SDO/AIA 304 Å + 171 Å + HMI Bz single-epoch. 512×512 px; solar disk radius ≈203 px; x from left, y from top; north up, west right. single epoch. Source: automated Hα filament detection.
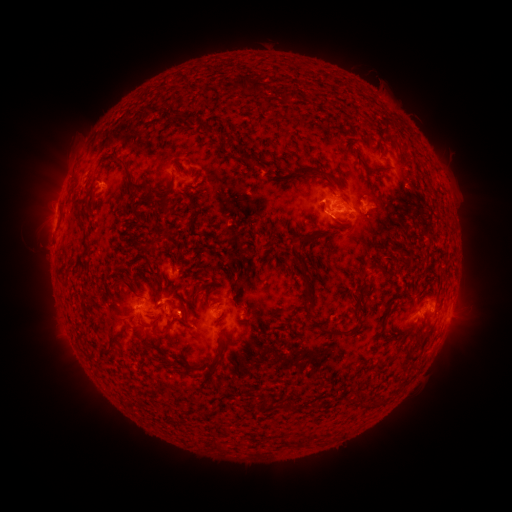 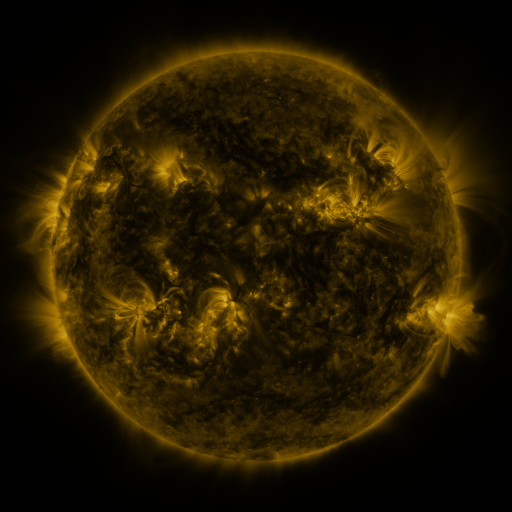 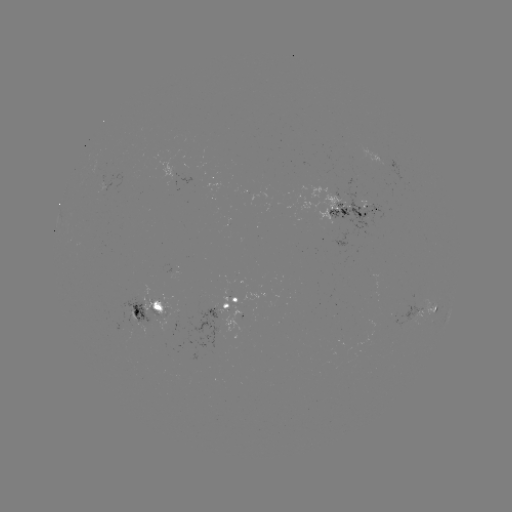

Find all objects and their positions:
filament: [232, 75, 261, 96]
filament: [283, 90, 297, 100]
filament: [175, 112, 194, 125]
filament: [380, 116, 387, 126]
filament: [197, 119, 206, 129]
filament: [235, 156, 255, 169]
filament: [358, 157, 371, 170]
filament: [114, 159, 148, 195]
filament: [296, 164, 324, 177]
filament: [374, 164, 389, 170]
filament: [157, 177, 175, 215]
filament: [181, 194, 199, 211]
filament: [129, 205, 143, 223]
filament: [187, 215, 196, 232]
filament: [315, 227, 327, 234]
filament: [298, 235, 310, 246]
filament: [150, 237, 162, 250]
filament: [376, 261, 392, 274]
filament: [296, 262, 315, 305]
filament: [115, 277, 131, 288]
filament: [356, 279, 371, 293]
filament: [162, 319, 177, 339]
filament: [100, 326, 134, 357]
filament: [324, 326, 353, 334]
filament: [140, 332, 156, 348]
filament: [207, 348, 223, 374]
filament: [182, 362, 191, 370]
filament: [259, 396, 270, 412]
filament: [282, 435, 307, 445]
filament: [215, 441, 231, 451]
